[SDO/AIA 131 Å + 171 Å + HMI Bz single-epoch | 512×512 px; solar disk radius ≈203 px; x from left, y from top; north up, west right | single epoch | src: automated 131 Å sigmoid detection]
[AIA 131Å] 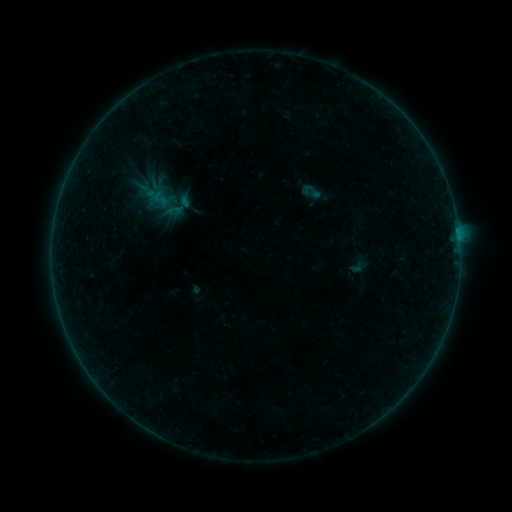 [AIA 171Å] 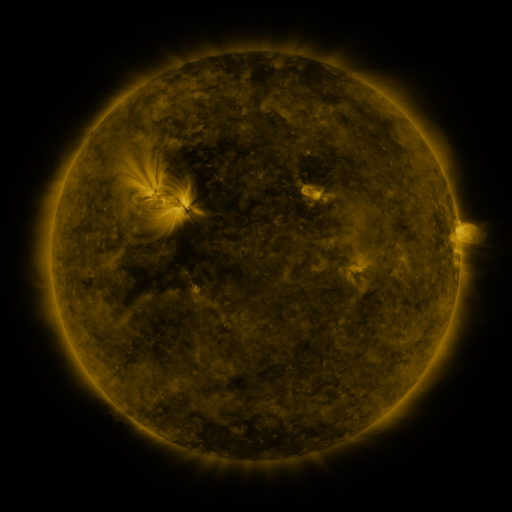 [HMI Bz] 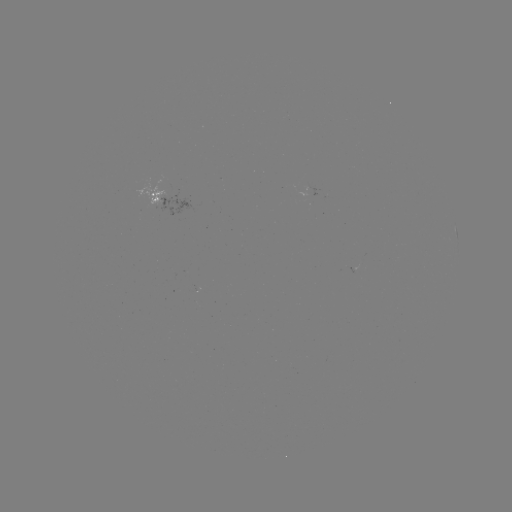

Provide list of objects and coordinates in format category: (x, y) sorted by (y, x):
sigmoid: (311, 192)
sigmoid: (160, 198)
